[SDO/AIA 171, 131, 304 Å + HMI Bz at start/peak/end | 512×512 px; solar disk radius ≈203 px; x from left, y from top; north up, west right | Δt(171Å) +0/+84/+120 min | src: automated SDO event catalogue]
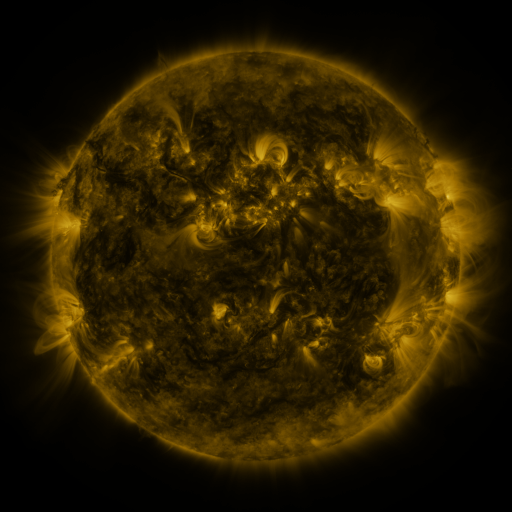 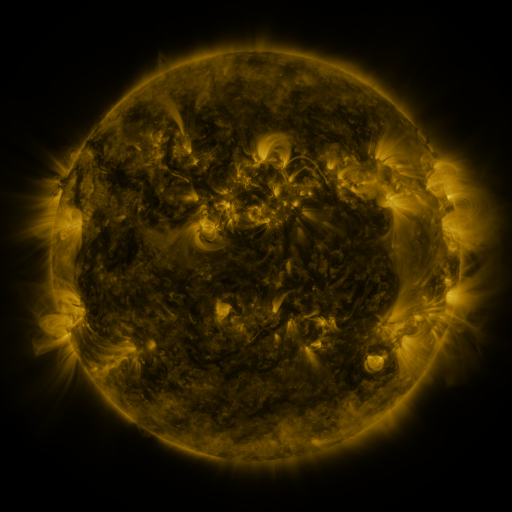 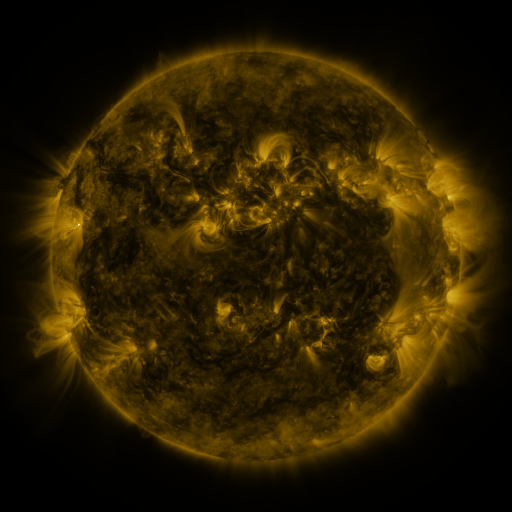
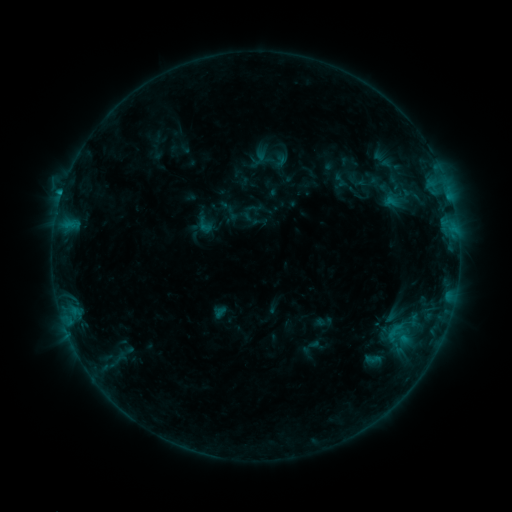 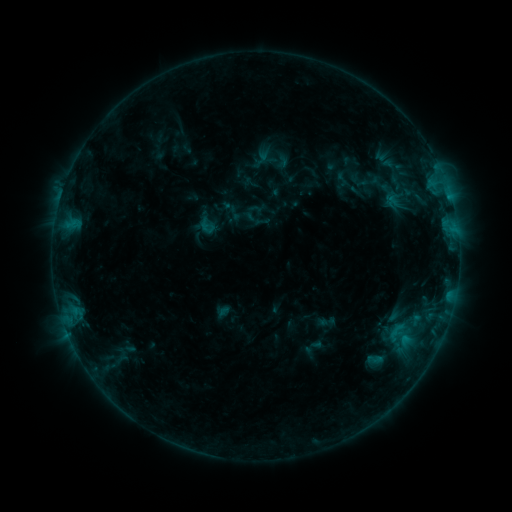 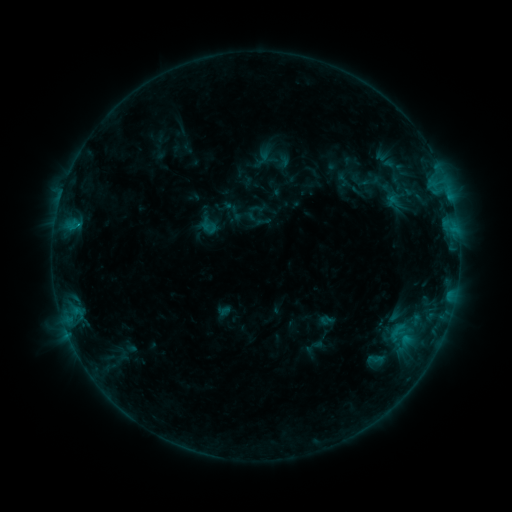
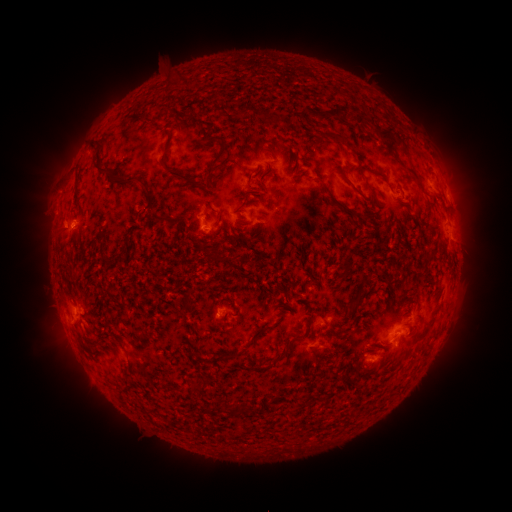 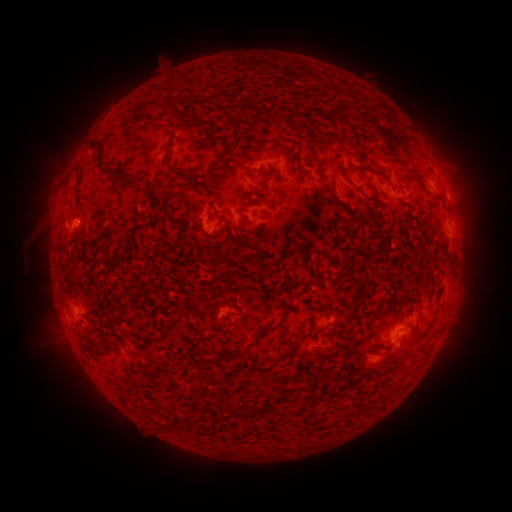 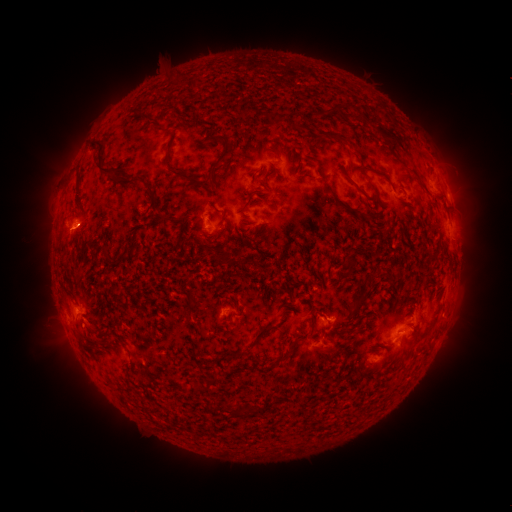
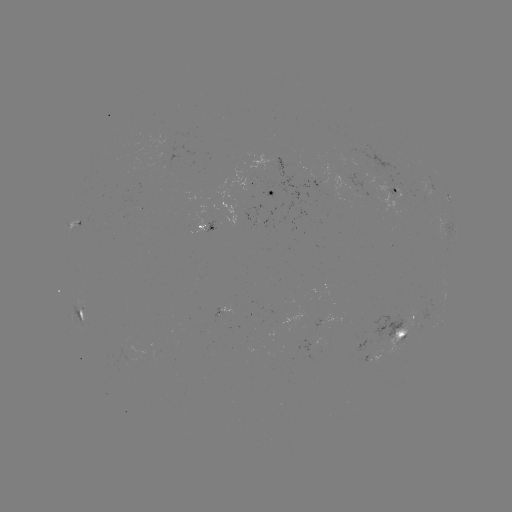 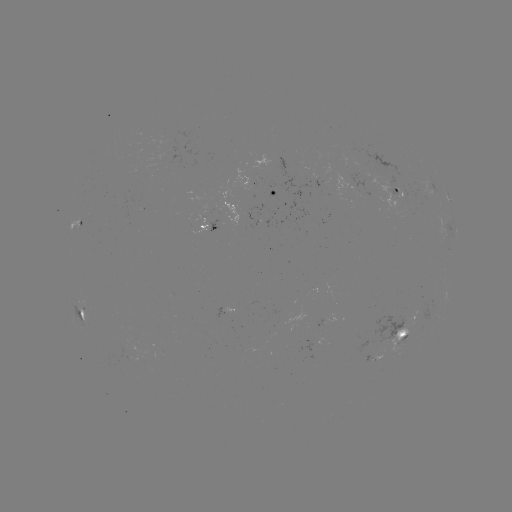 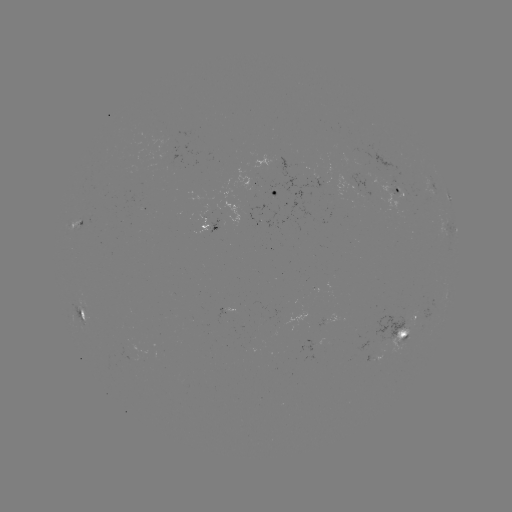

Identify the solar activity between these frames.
emerging-flux region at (261, 195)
